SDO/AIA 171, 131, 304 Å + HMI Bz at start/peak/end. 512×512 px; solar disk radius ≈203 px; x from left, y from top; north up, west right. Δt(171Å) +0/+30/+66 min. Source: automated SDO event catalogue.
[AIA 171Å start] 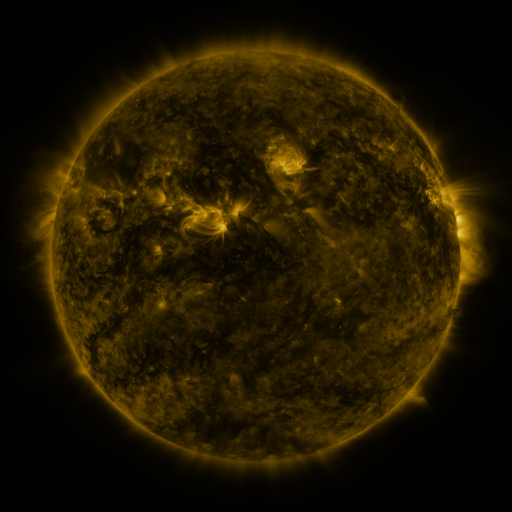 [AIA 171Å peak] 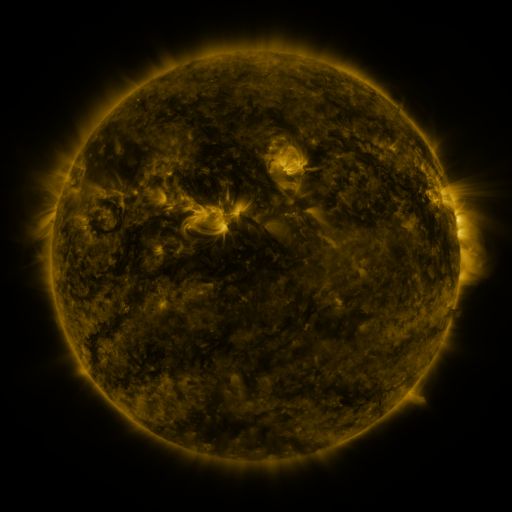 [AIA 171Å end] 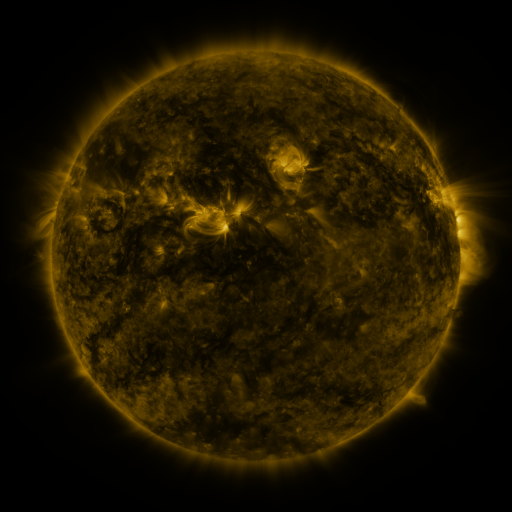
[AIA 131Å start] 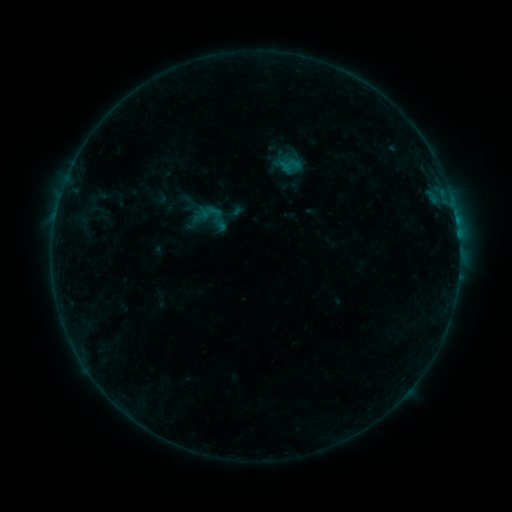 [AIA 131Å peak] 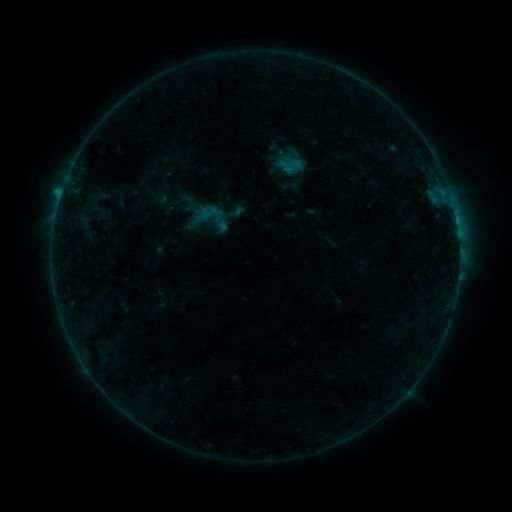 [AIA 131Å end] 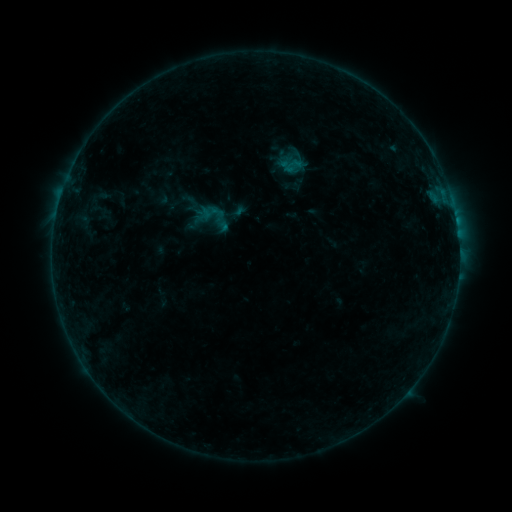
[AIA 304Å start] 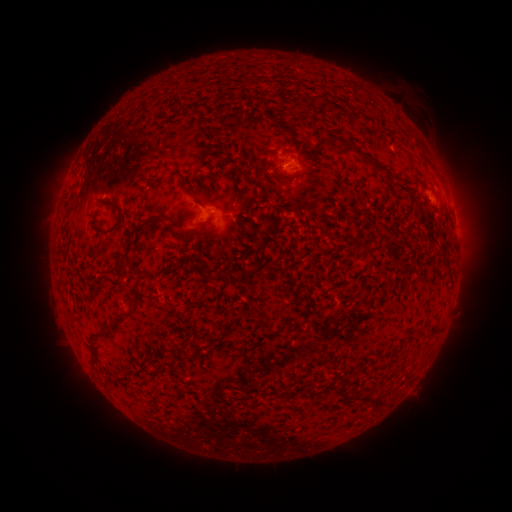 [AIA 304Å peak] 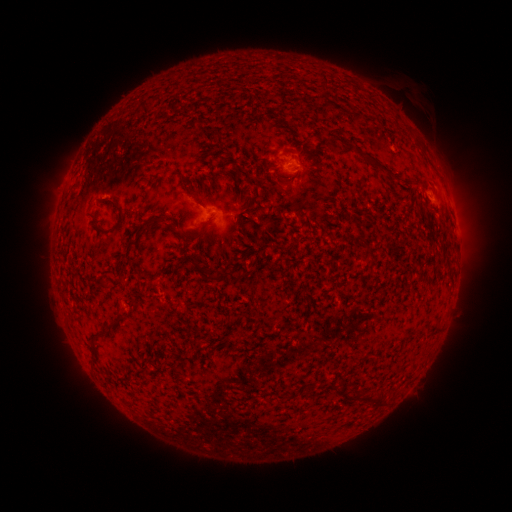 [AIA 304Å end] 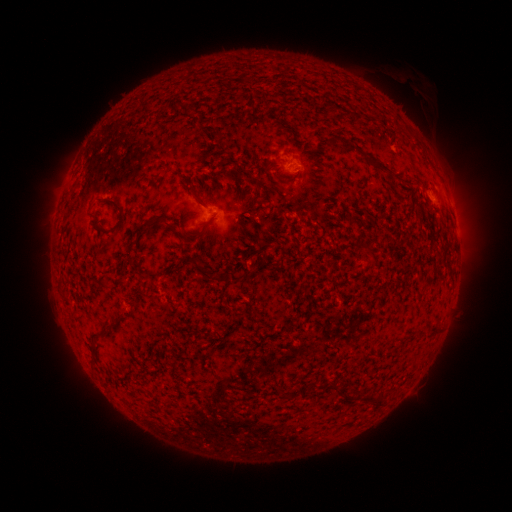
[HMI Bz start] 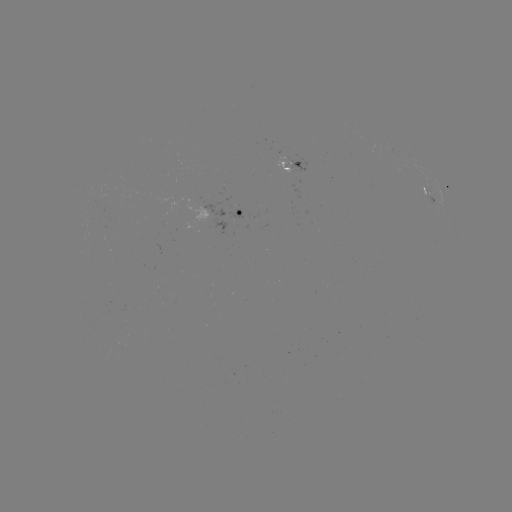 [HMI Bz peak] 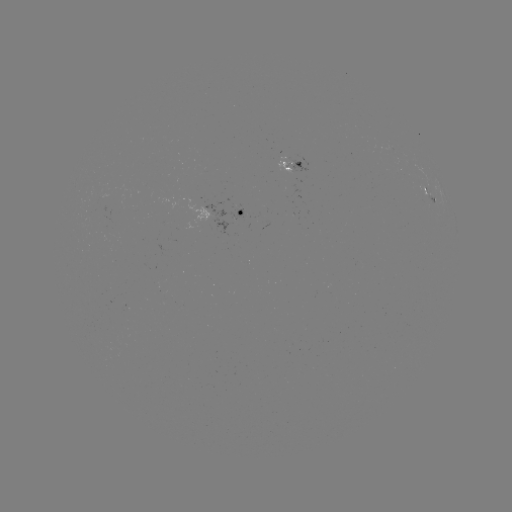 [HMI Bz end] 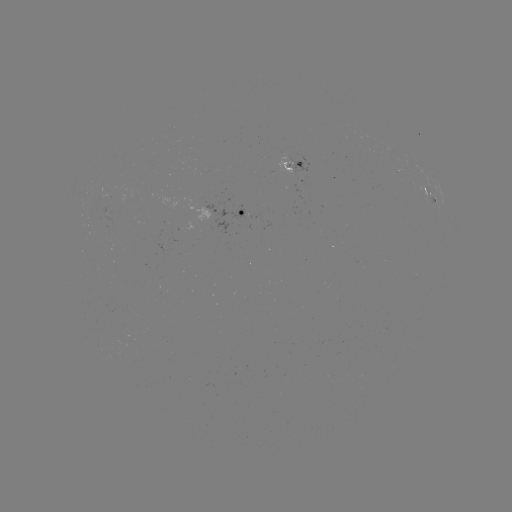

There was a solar flare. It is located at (61, 195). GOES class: B4.3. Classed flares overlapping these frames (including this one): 1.